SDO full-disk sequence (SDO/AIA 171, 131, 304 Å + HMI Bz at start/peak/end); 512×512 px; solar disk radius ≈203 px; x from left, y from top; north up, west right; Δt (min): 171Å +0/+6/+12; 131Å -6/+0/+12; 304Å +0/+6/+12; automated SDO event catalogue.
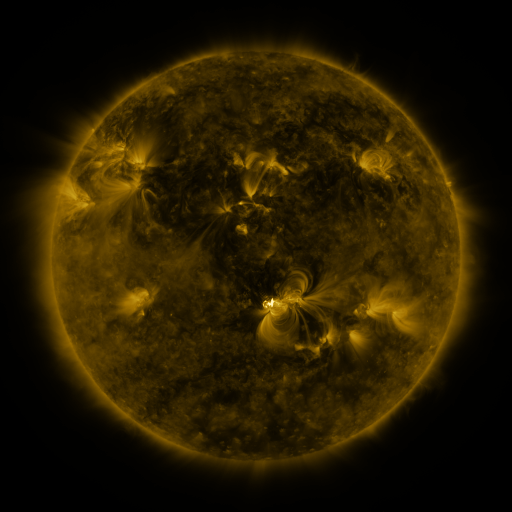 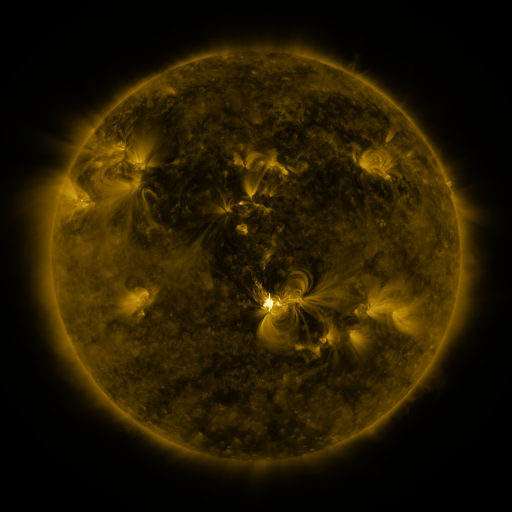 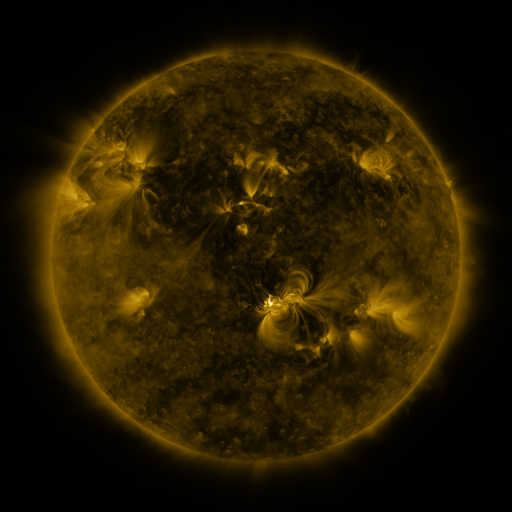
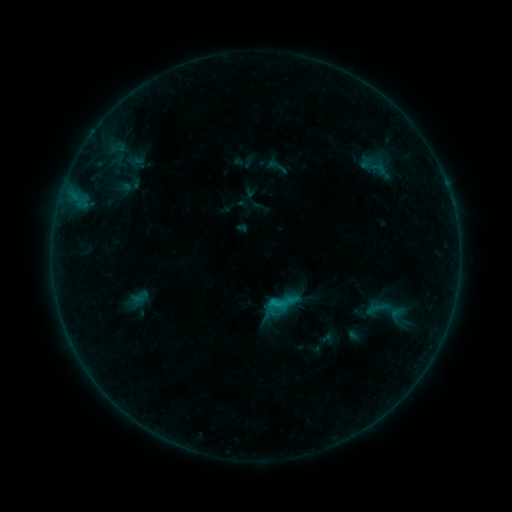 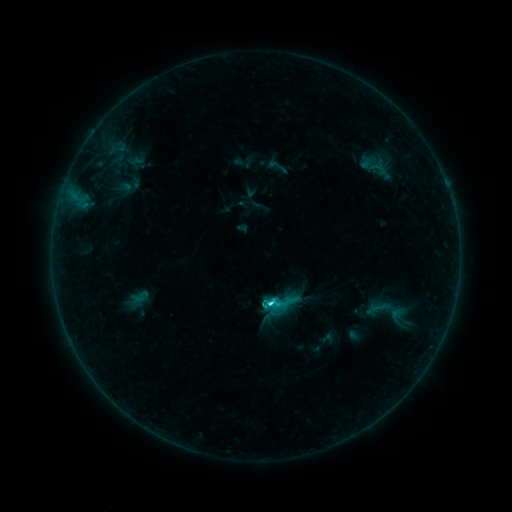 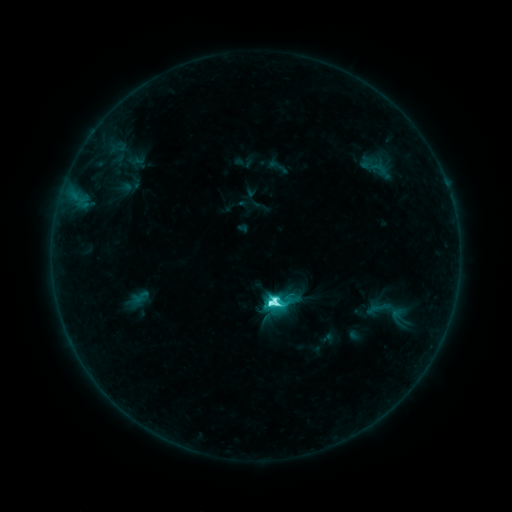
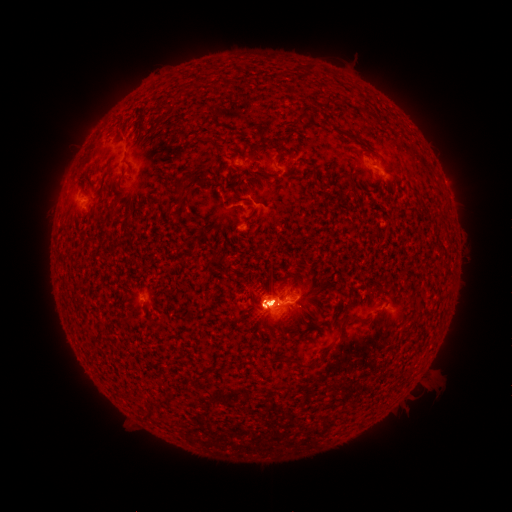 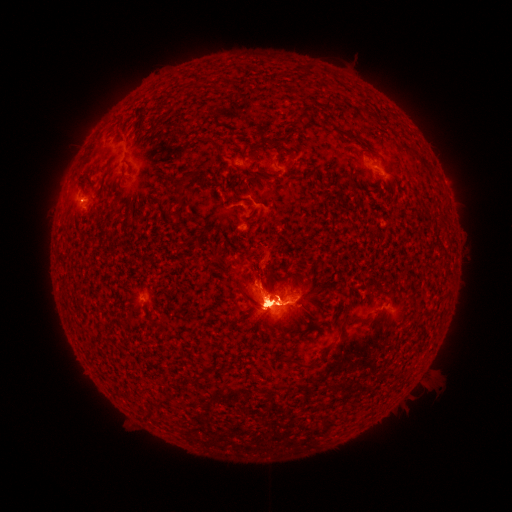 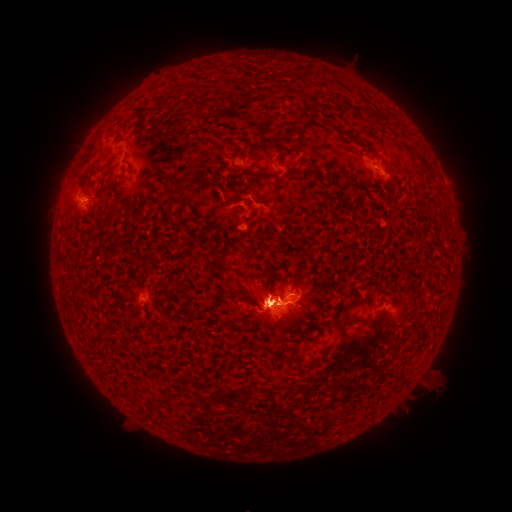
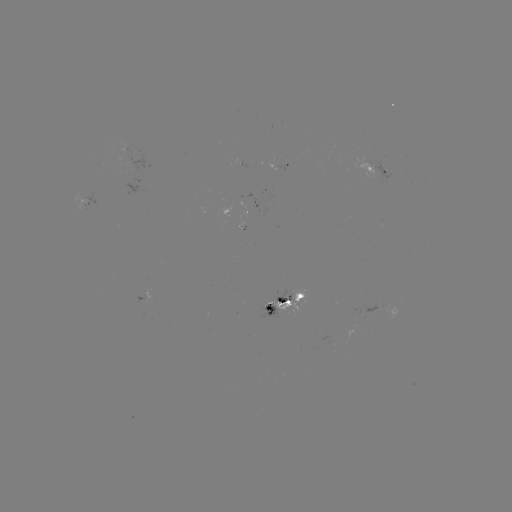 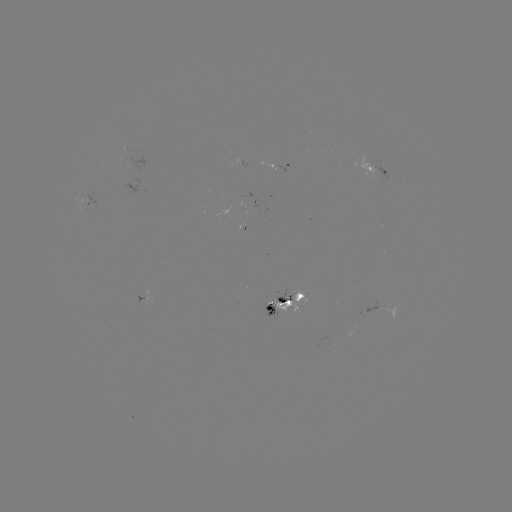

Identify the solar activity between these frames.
eruption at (354, 344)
